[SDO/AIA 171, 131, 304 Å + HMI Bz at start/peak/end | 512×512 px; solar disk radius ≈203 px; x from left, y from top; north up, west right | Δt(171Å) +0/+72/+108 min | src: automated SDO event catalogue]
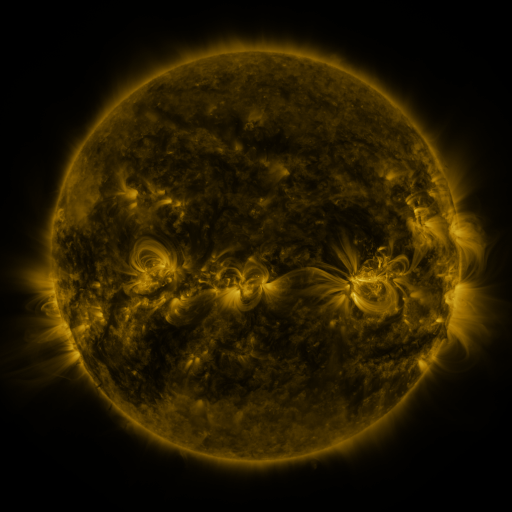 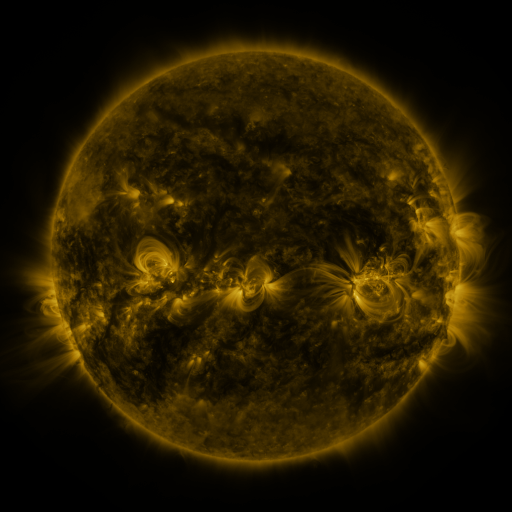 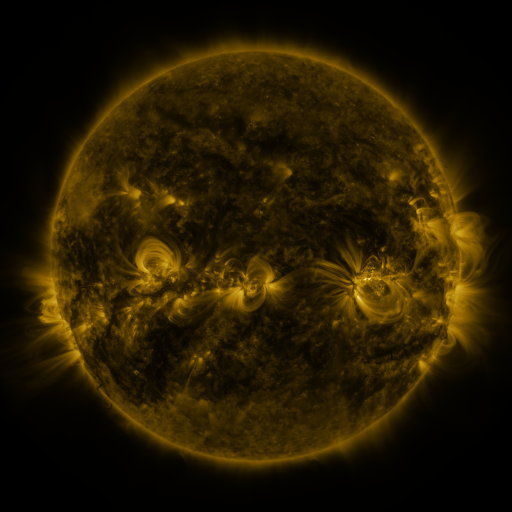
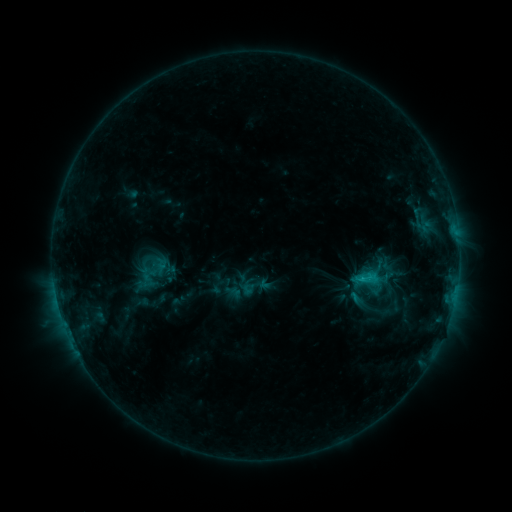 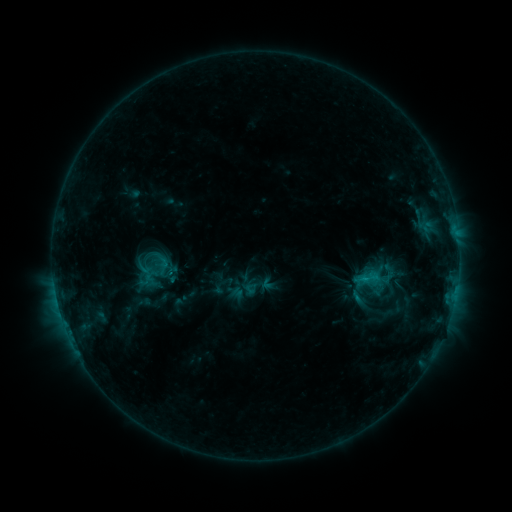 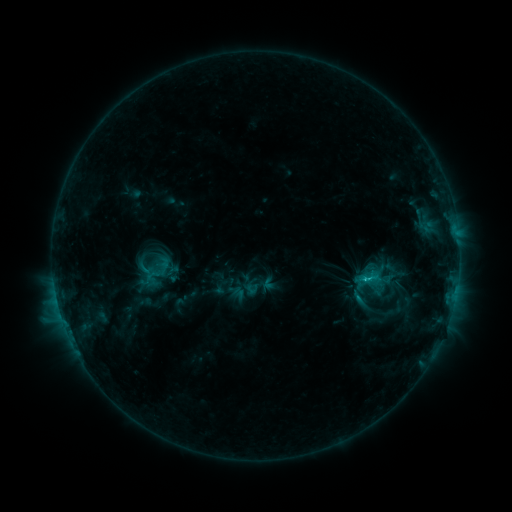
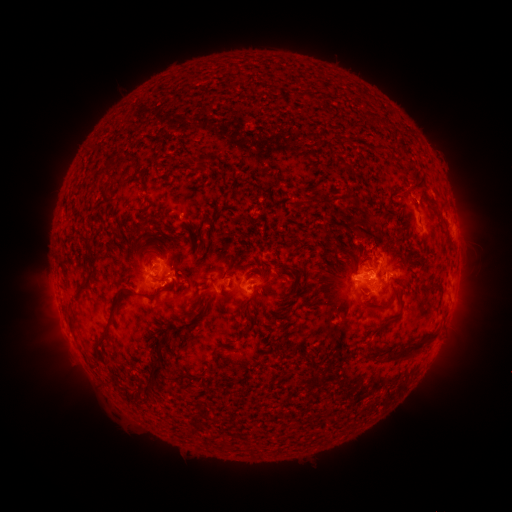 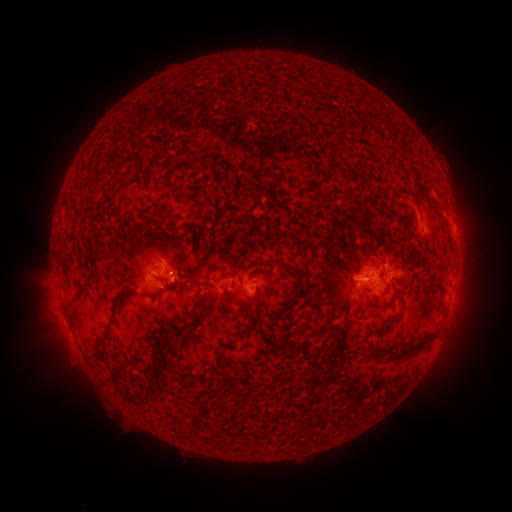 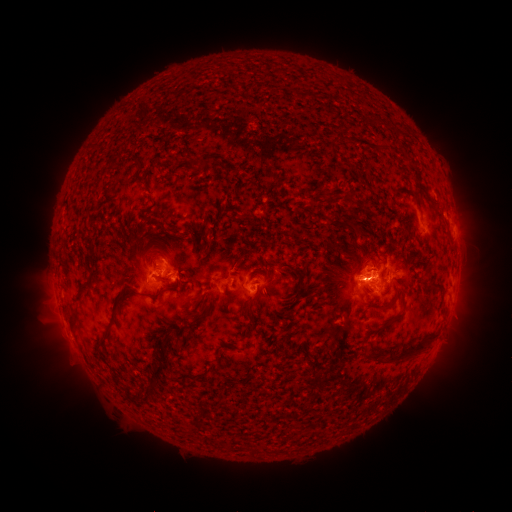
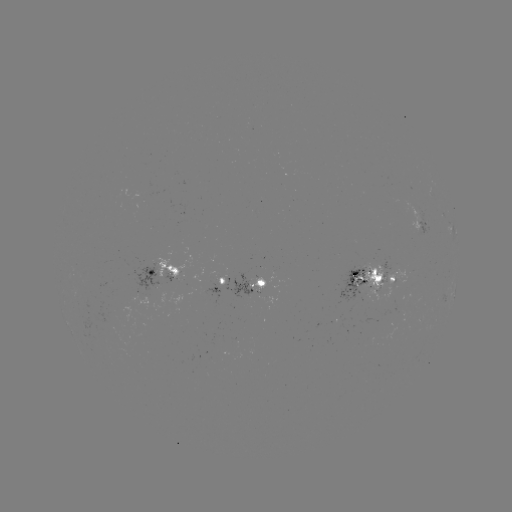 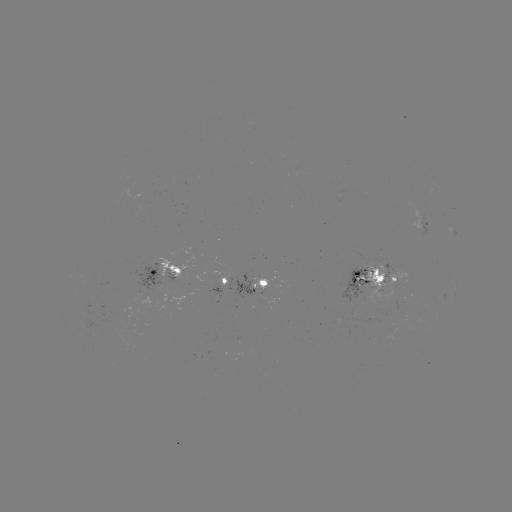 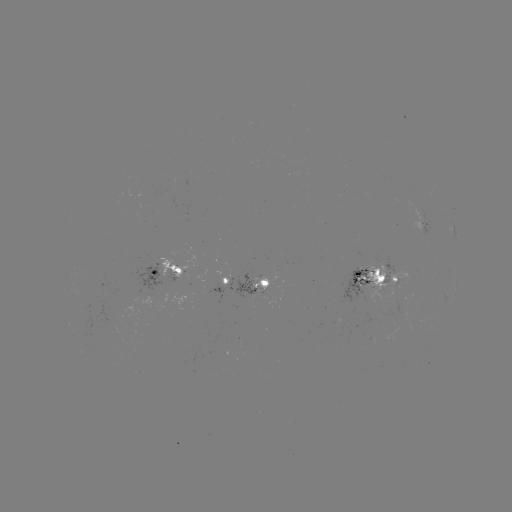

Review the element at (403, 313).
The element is emerging-flux region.